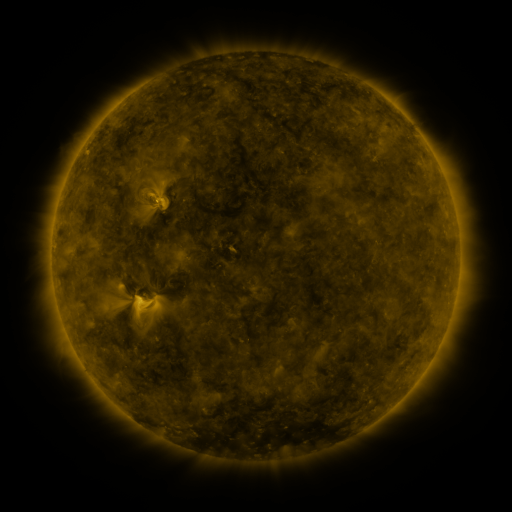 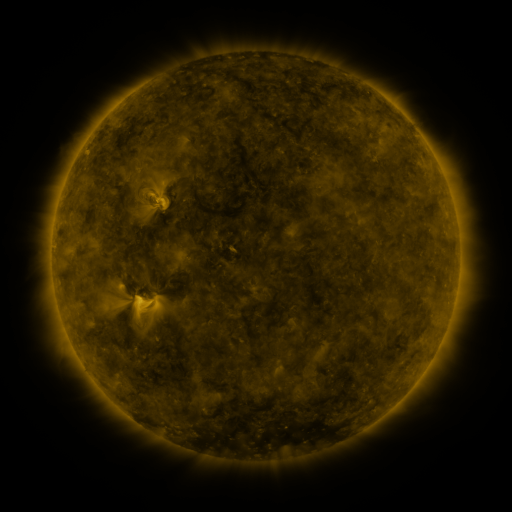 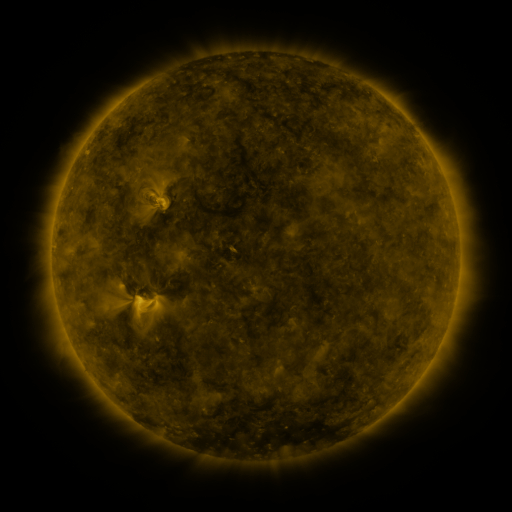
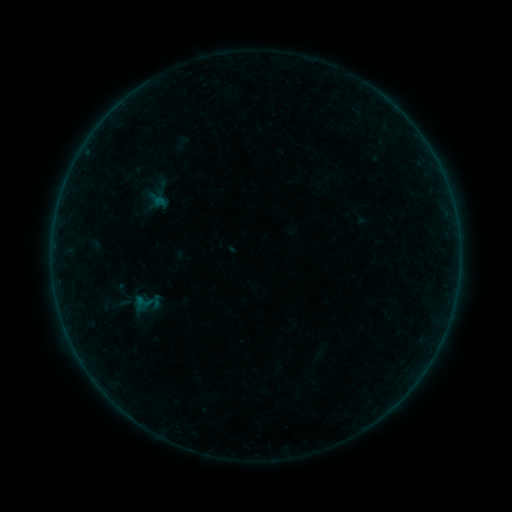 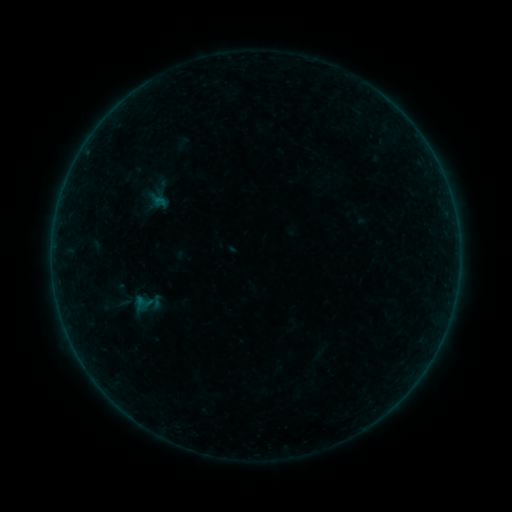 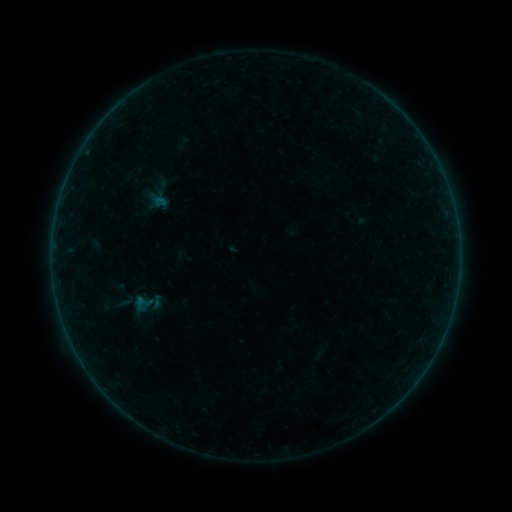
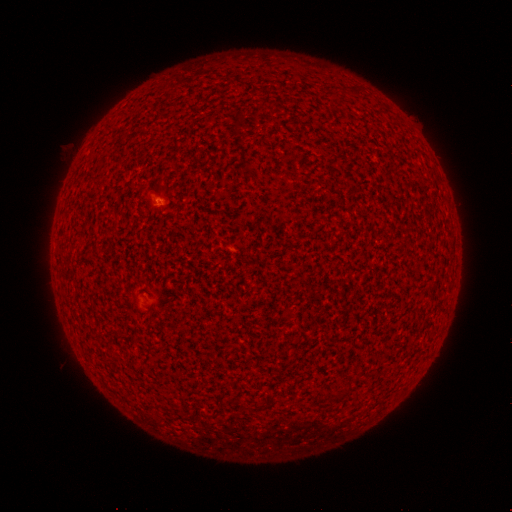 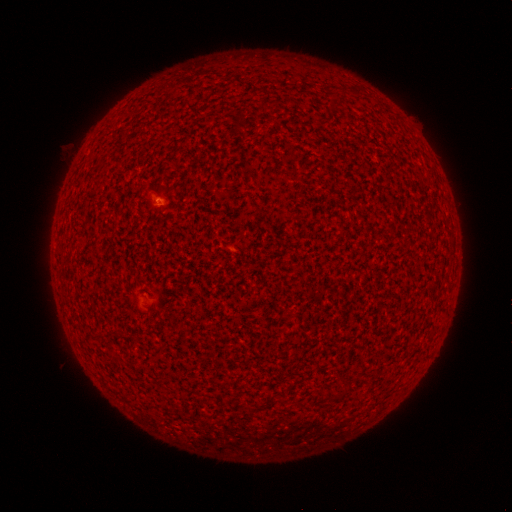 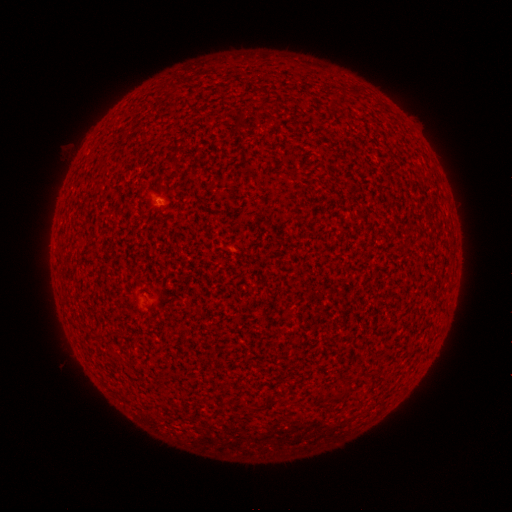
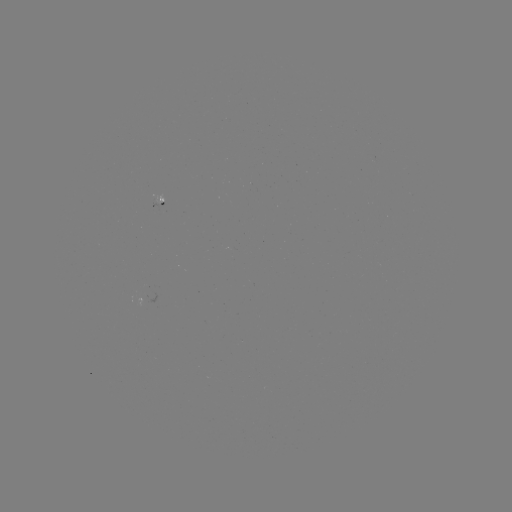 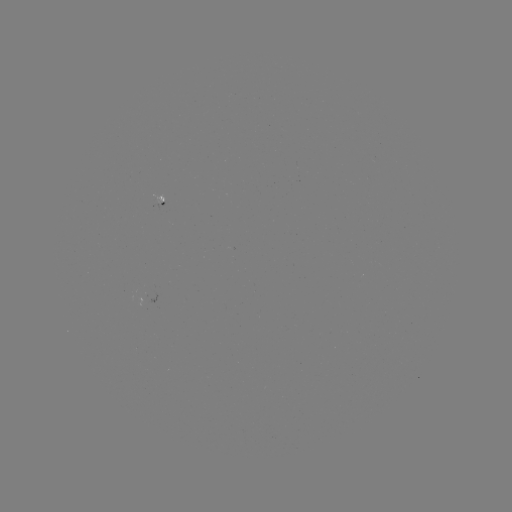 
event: flare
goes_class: A1.5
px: (158, 202)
